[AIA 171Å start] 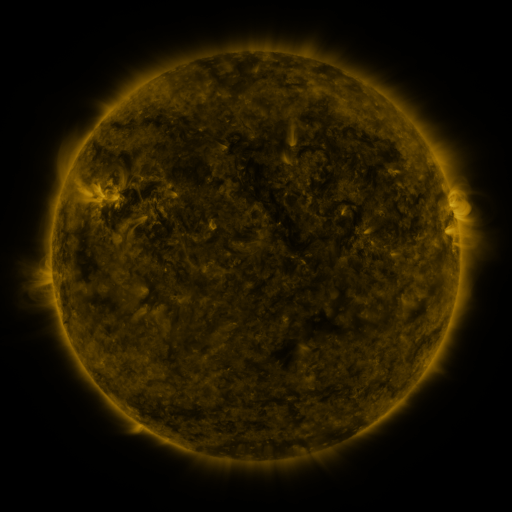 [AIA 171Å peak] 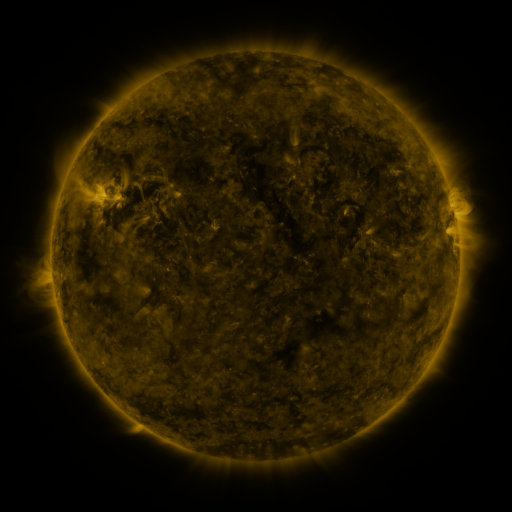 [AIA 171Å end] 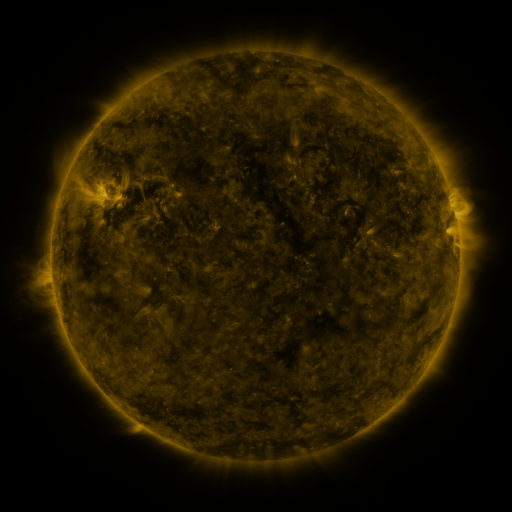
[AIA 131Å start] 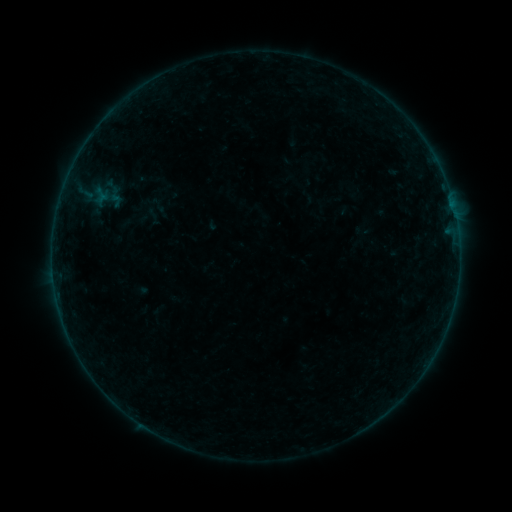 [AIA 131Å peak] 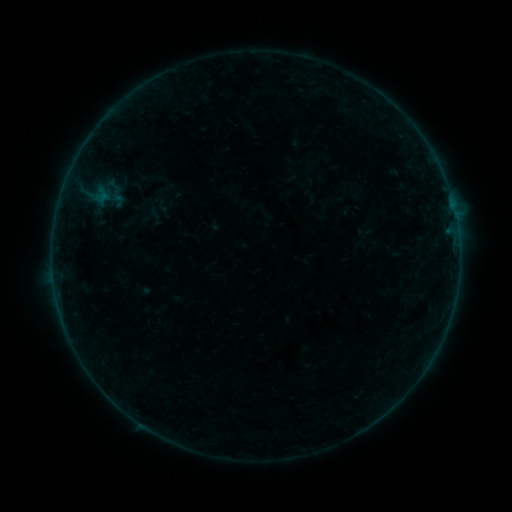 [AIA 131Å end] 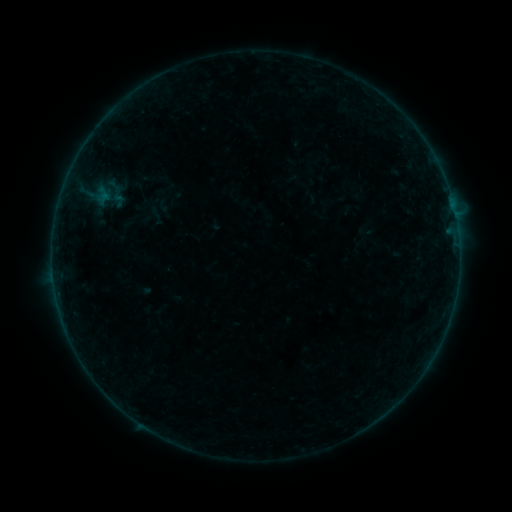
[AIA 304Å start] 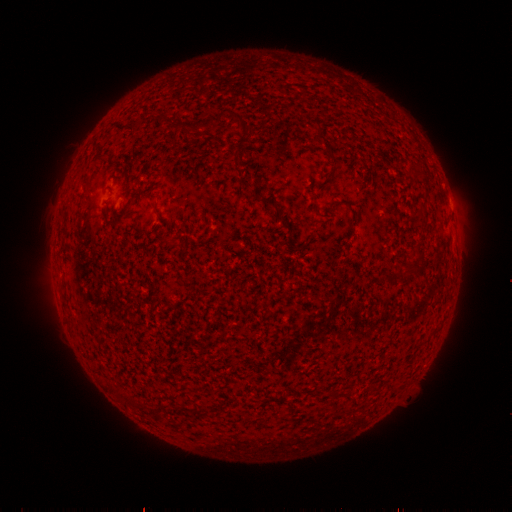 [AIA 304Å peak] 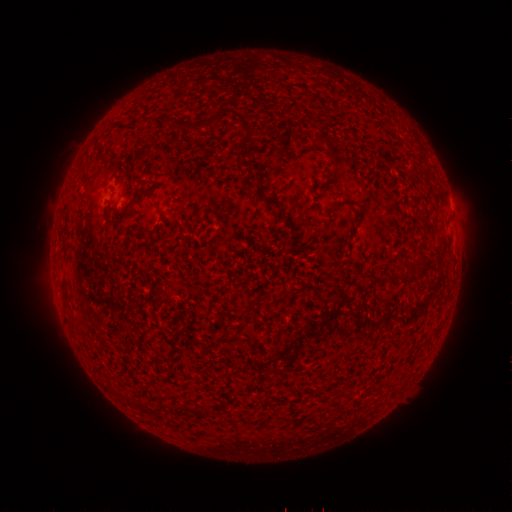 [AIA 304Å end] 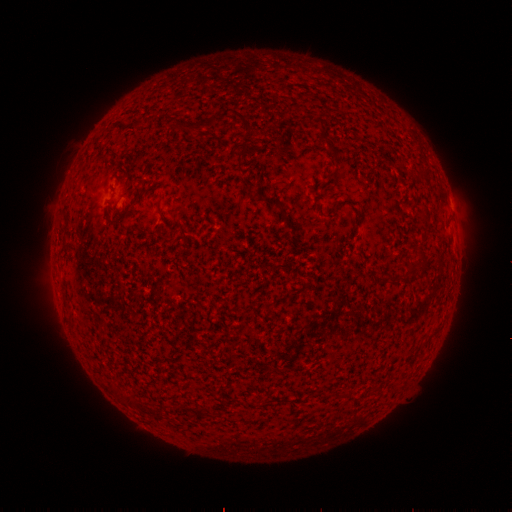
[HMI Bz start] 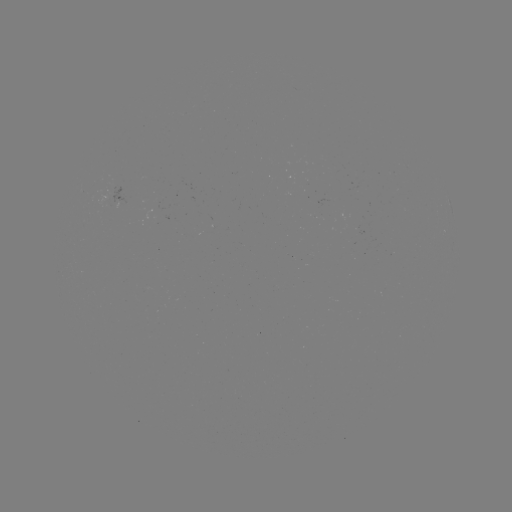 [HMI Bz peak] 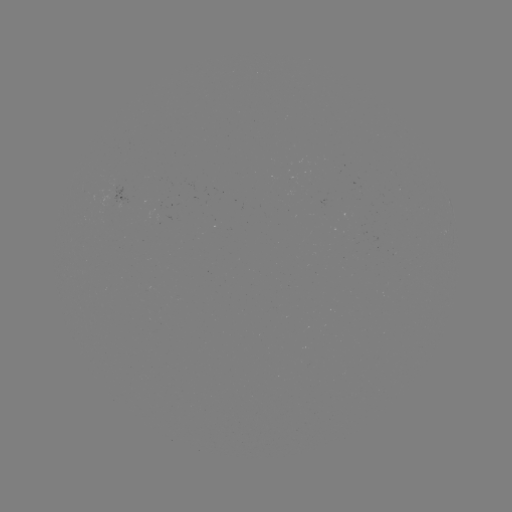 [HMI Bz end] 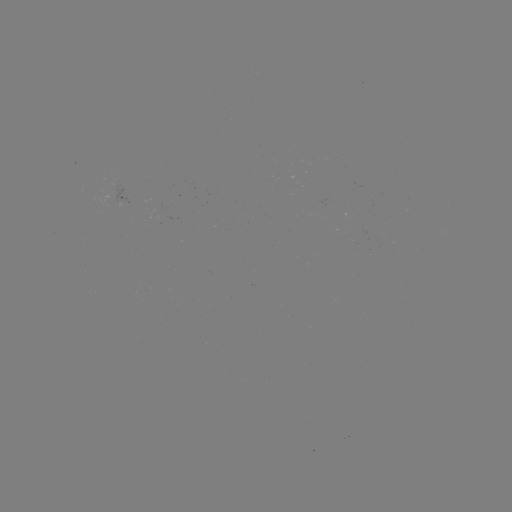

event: emerging-flux region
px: (156, 208)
